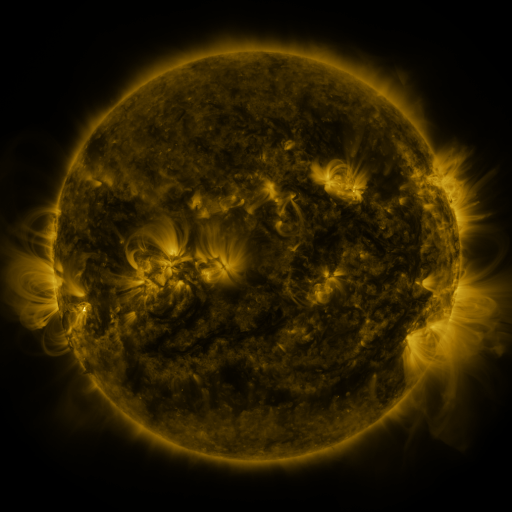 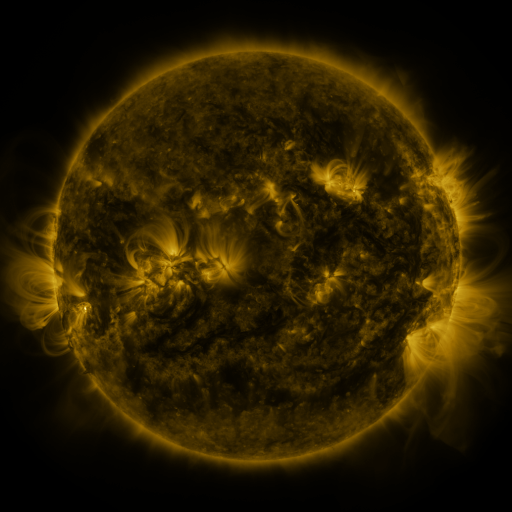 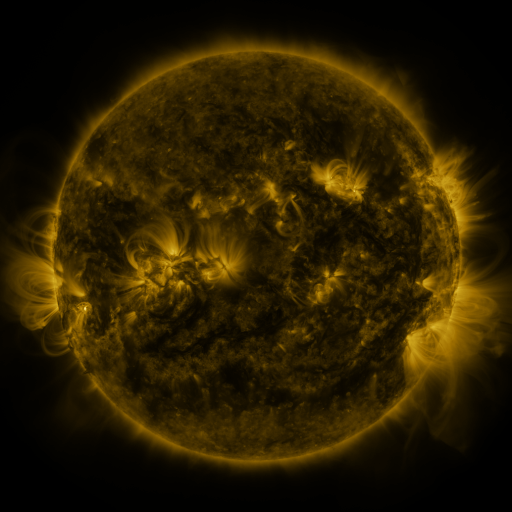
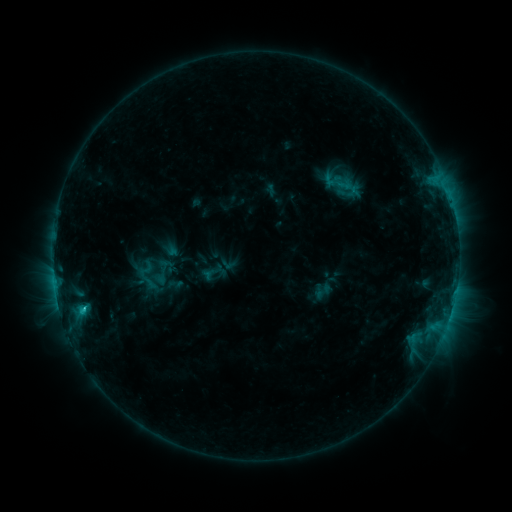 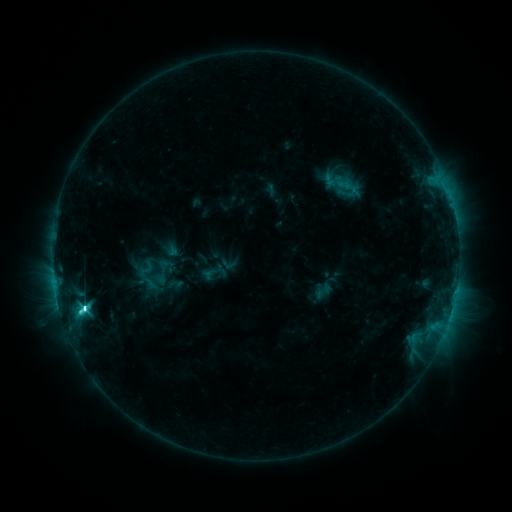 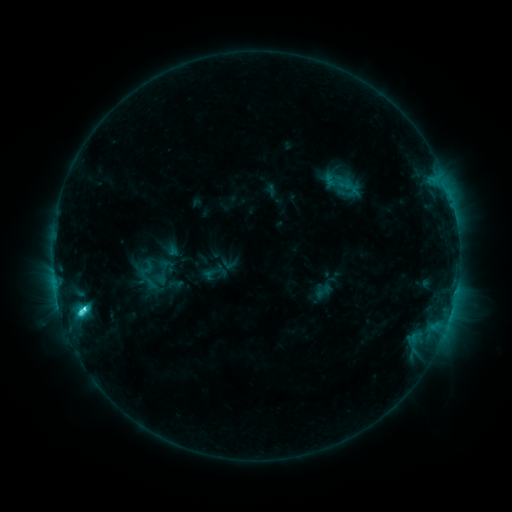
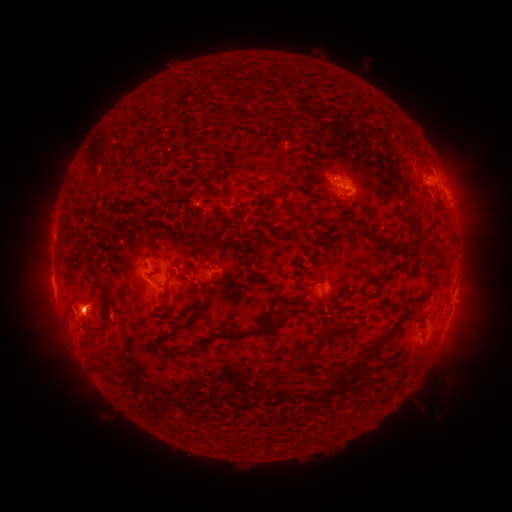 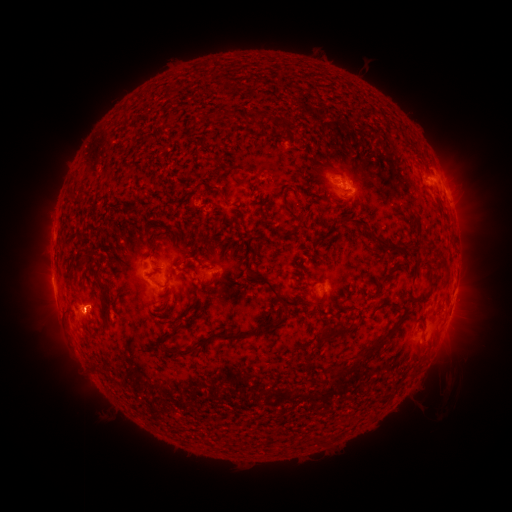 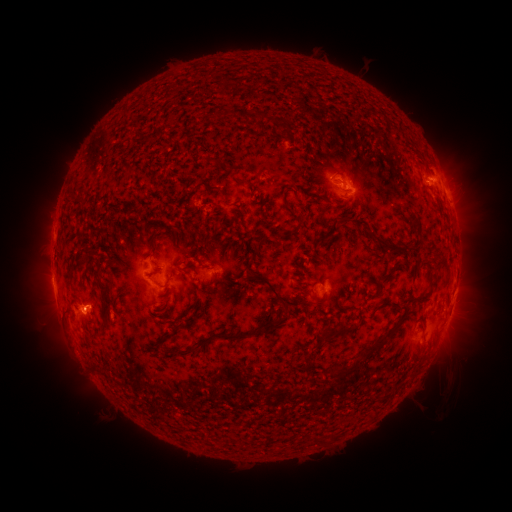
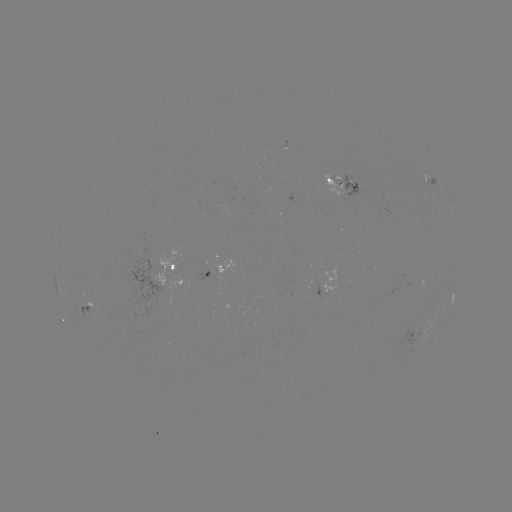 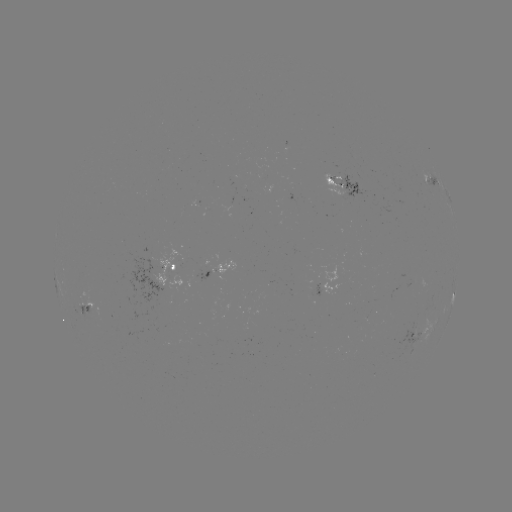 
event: flare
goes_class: C6.5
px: (85, 306)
